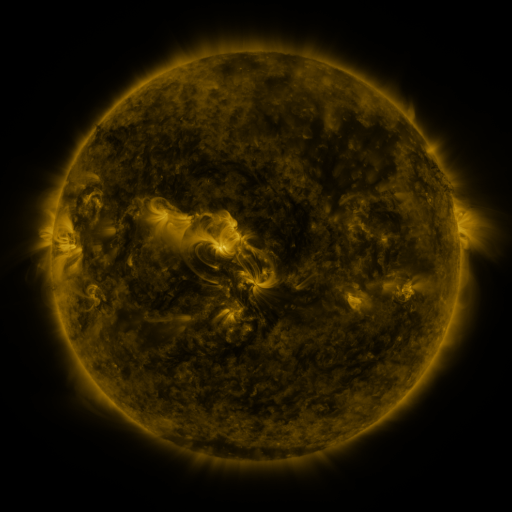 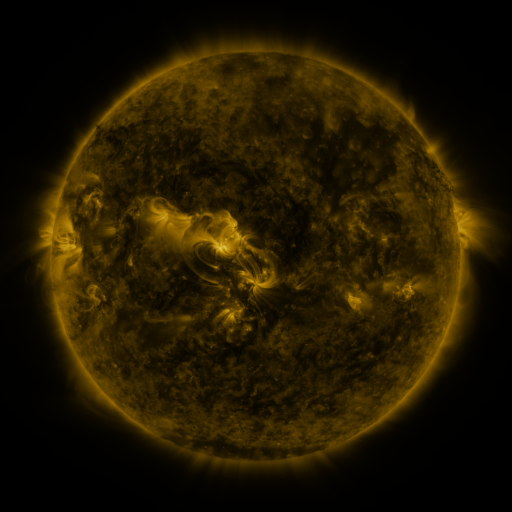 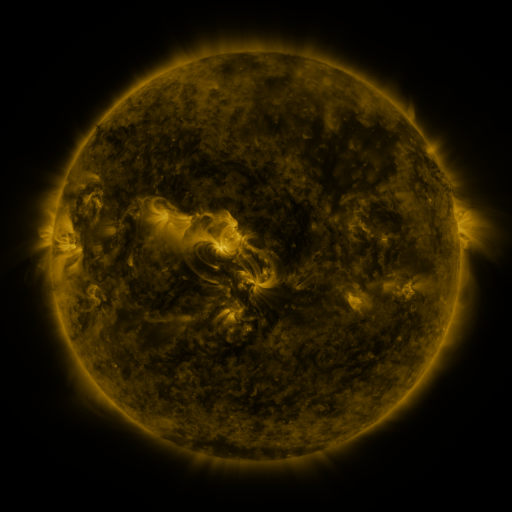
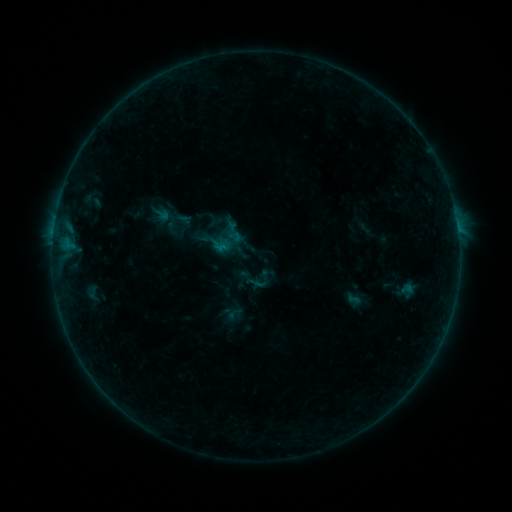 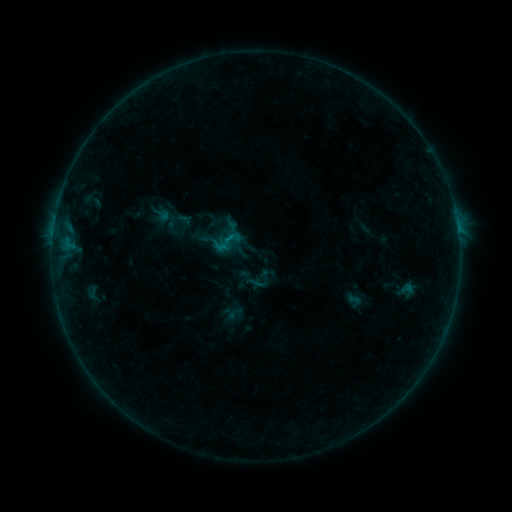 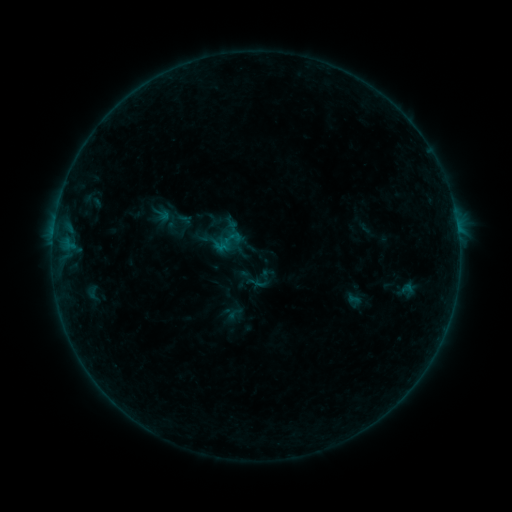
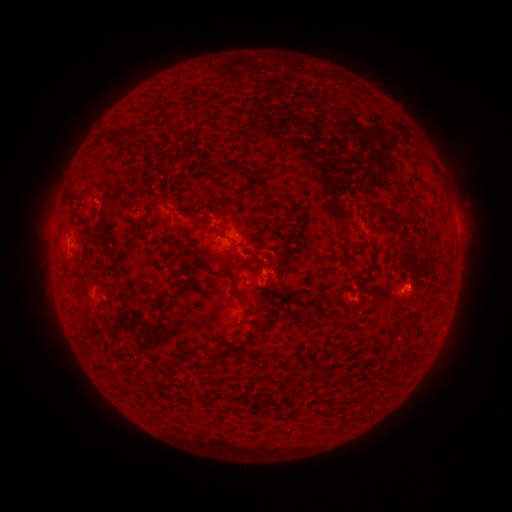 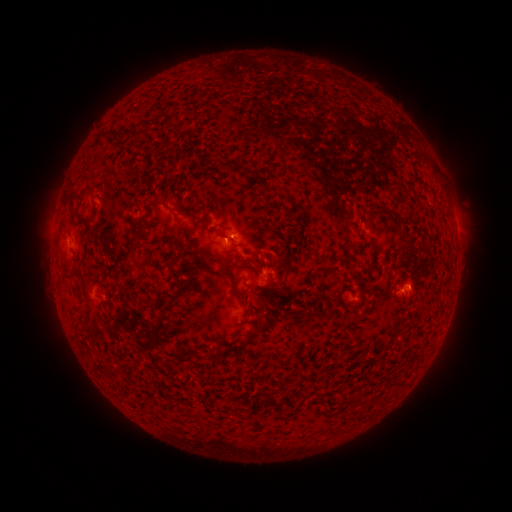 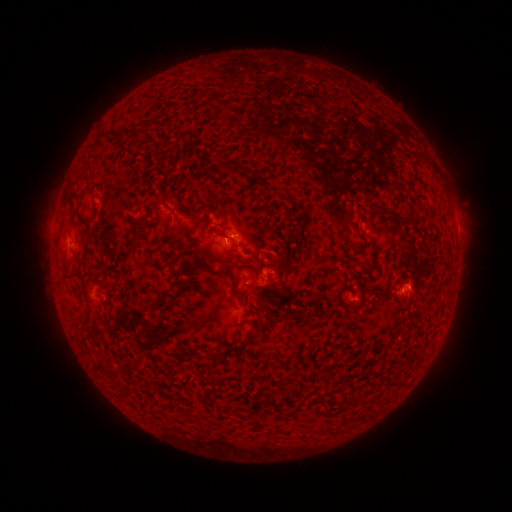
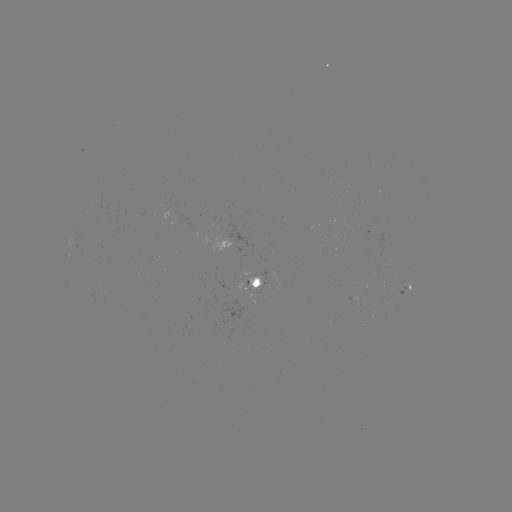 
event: flare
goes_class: B2.1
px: (231, 242)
